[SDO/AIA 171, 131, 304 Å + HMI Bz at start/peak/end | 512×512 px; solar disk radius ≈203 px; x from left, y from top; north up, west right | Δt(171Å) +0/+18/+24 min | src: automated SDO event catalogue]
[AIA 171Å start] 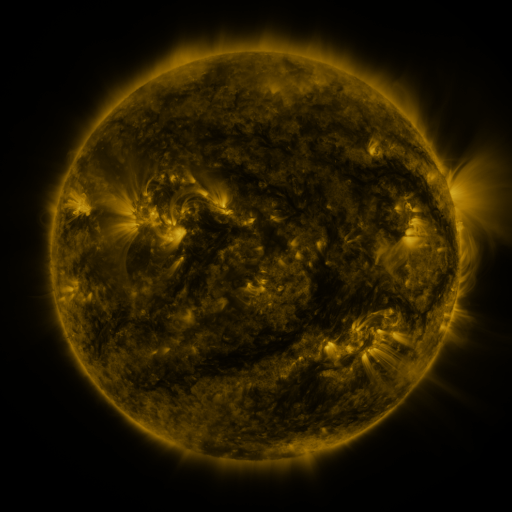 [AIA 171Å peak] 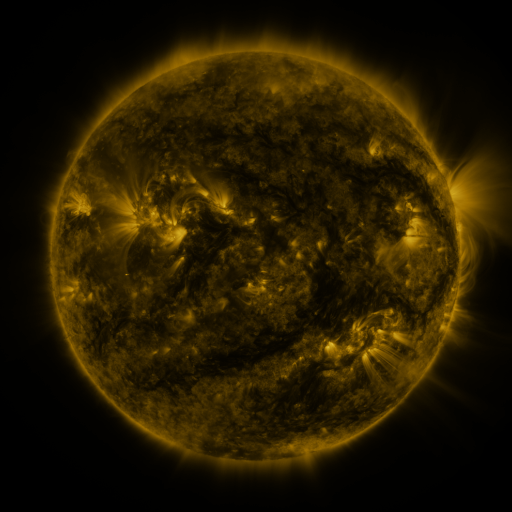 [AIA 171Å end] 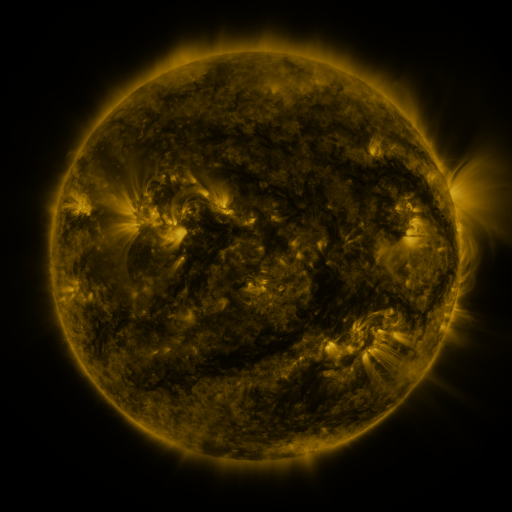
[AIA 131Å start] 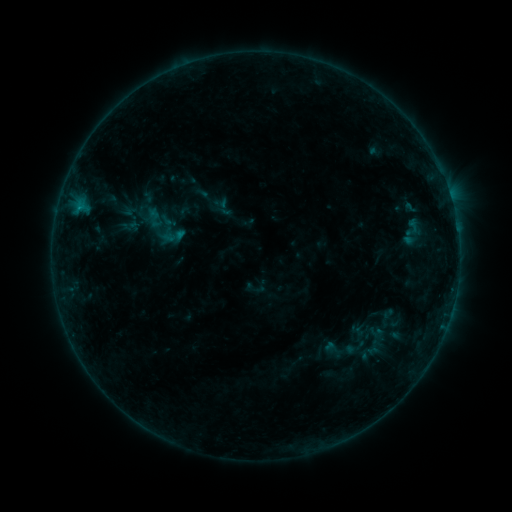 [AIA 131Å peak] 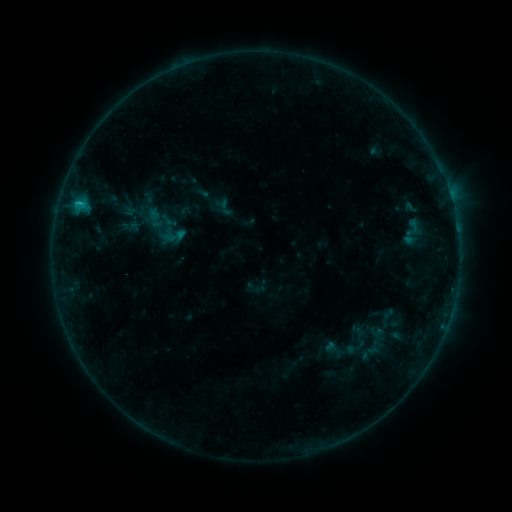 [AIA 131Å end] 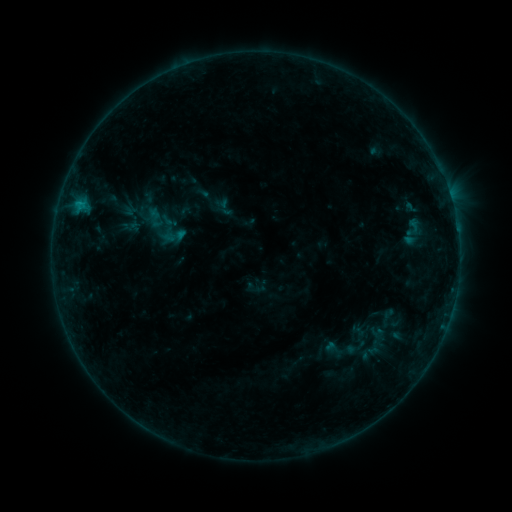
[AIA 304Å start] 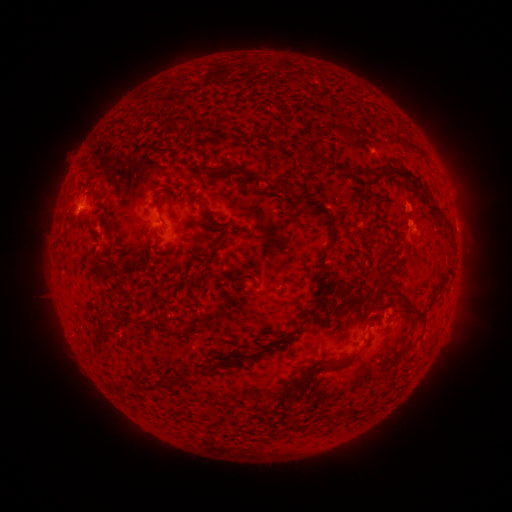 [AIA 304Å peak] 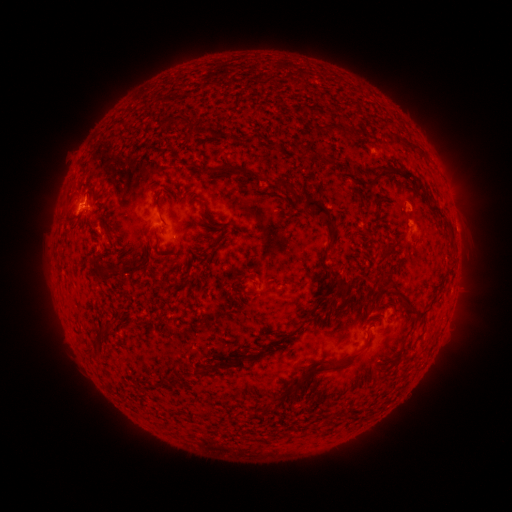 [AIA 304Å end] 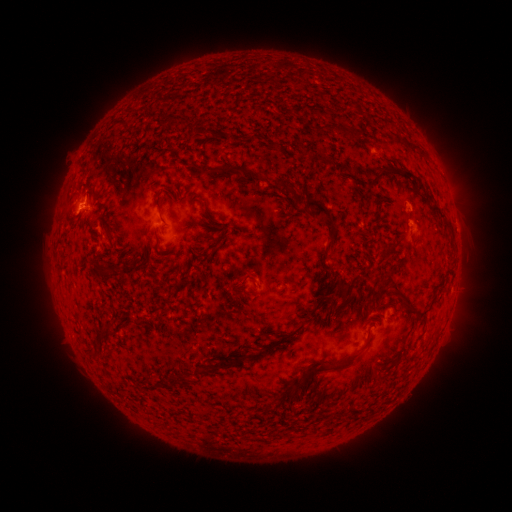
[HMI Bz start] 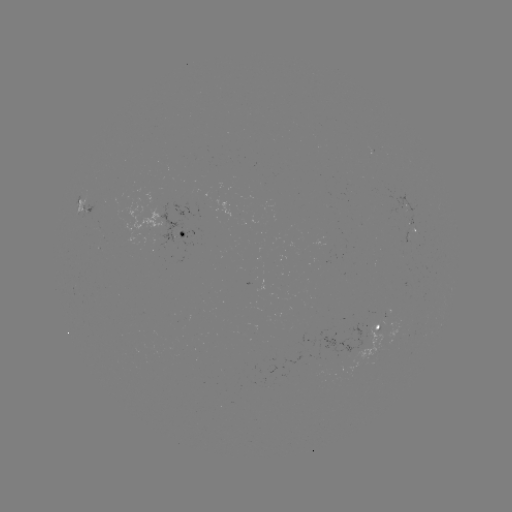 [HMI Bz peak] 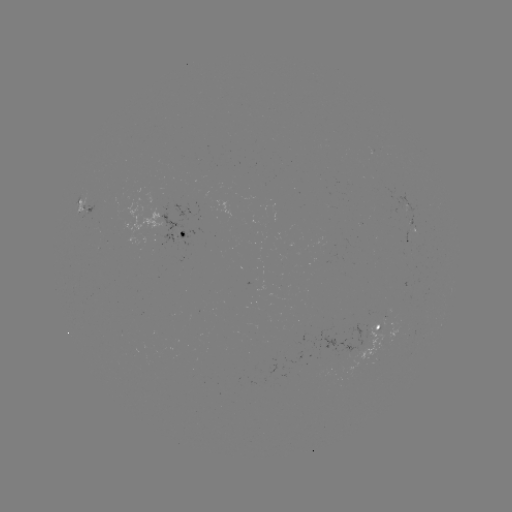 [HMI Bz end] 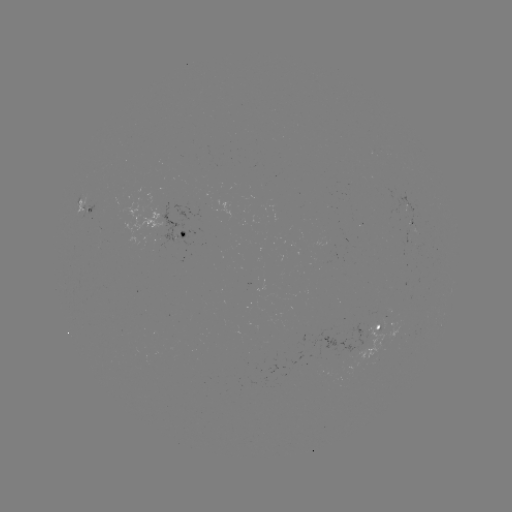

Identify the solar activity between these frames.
B5.8 flare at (78, 206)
